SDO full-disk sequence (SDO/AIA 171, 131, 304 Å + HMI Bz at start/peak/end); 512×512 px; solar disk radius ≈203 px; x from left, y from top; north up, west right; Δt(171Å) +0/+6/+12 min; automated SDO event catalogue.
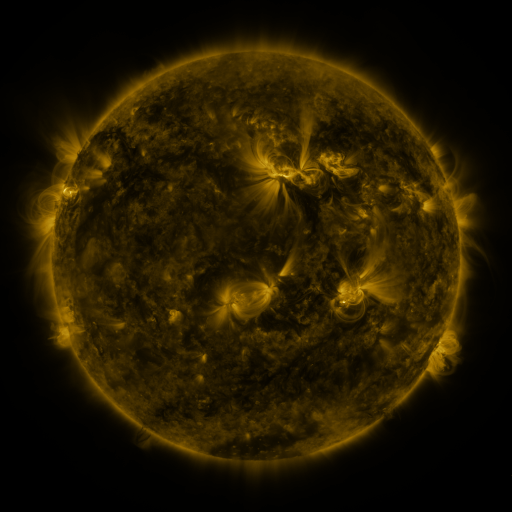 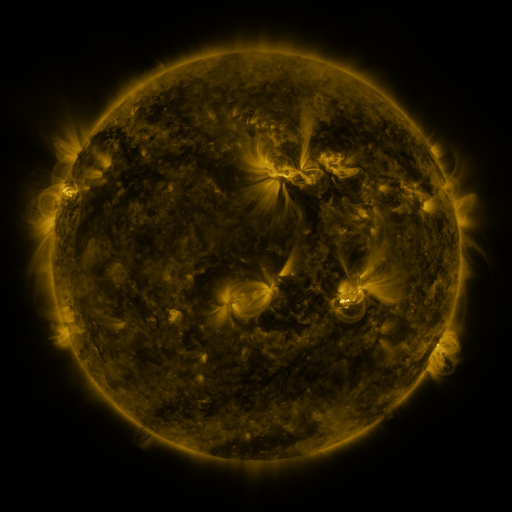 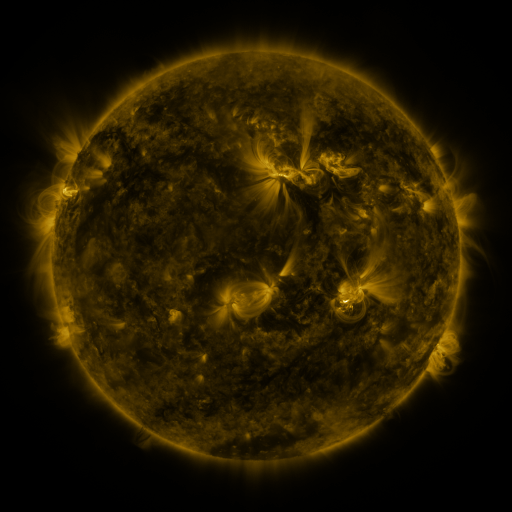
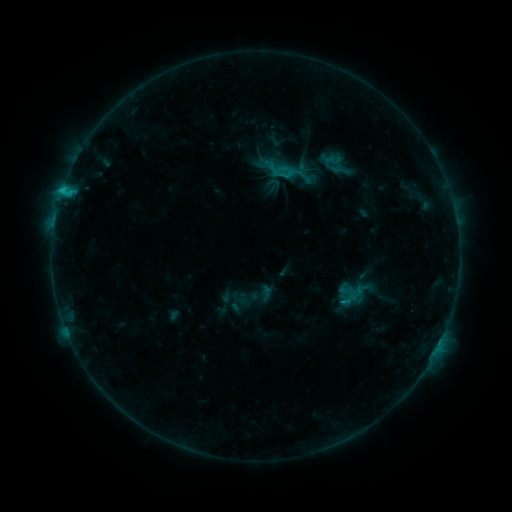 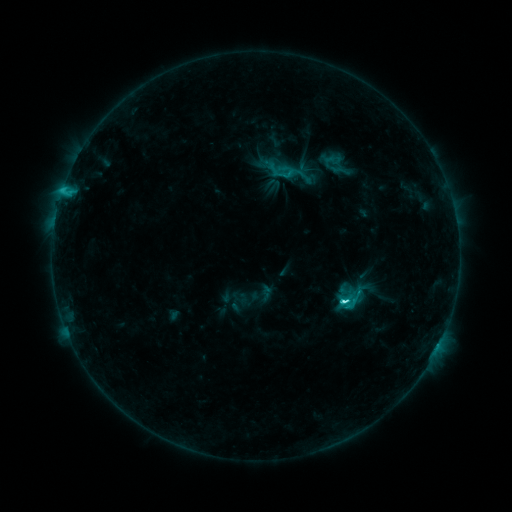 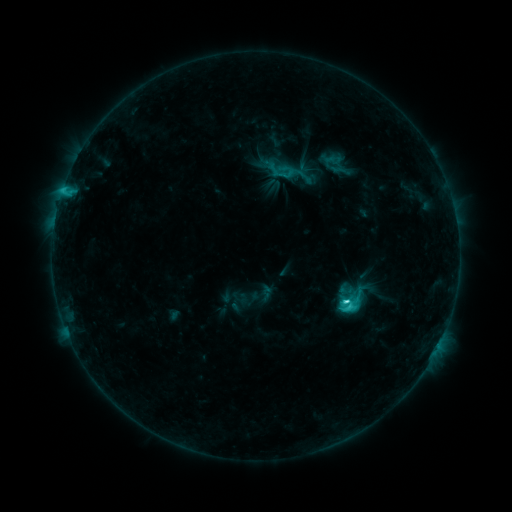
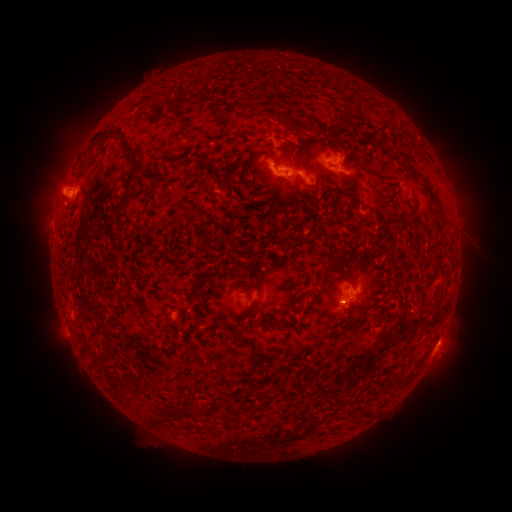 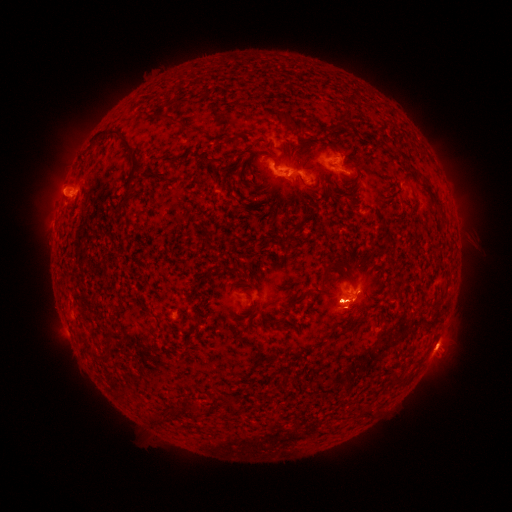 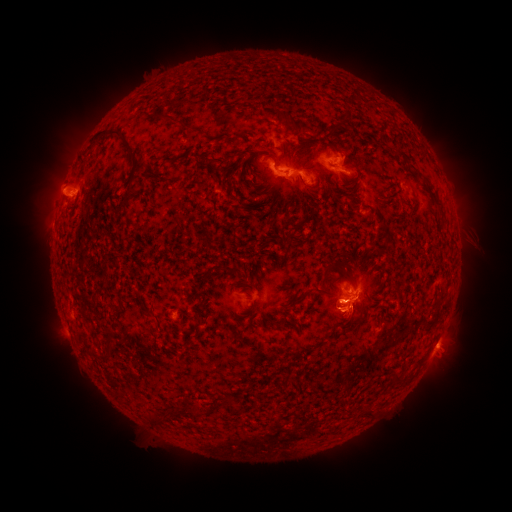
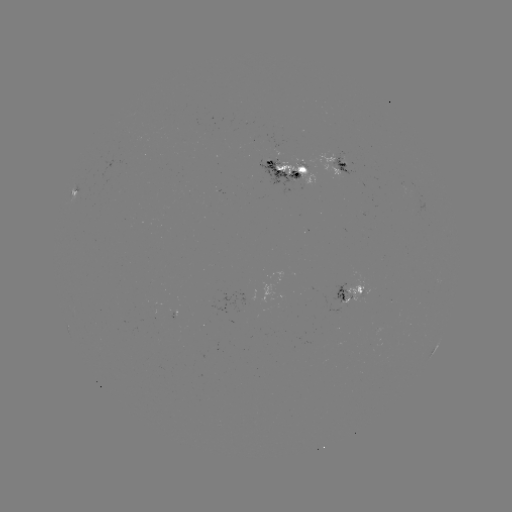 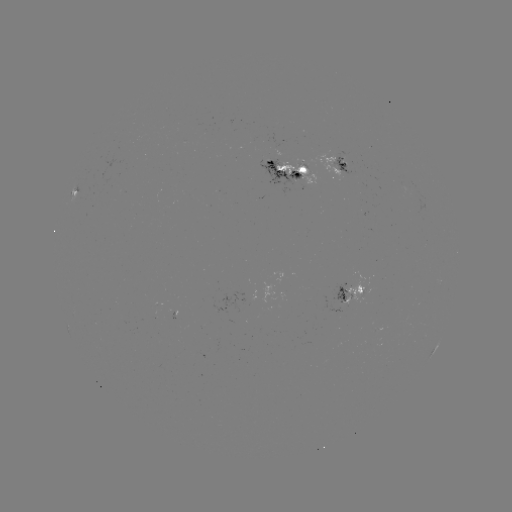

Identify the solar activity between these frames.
C5.1 flare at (343, 300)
